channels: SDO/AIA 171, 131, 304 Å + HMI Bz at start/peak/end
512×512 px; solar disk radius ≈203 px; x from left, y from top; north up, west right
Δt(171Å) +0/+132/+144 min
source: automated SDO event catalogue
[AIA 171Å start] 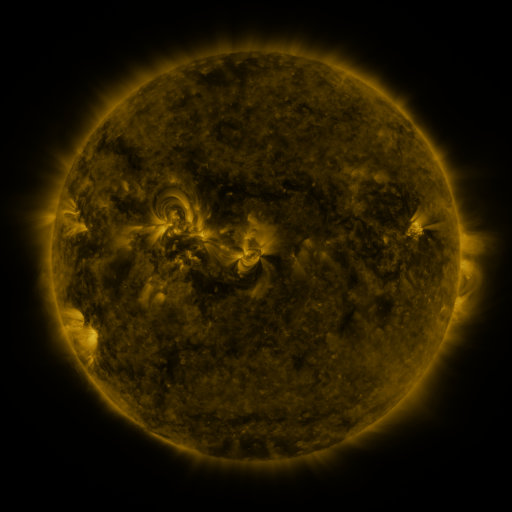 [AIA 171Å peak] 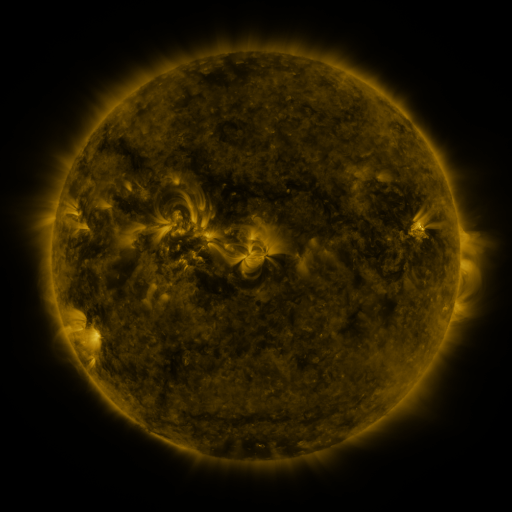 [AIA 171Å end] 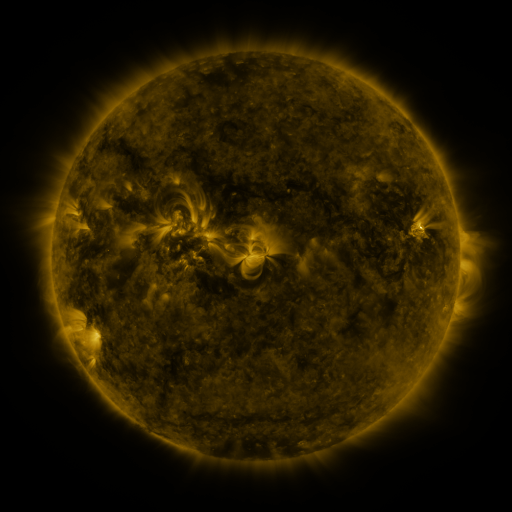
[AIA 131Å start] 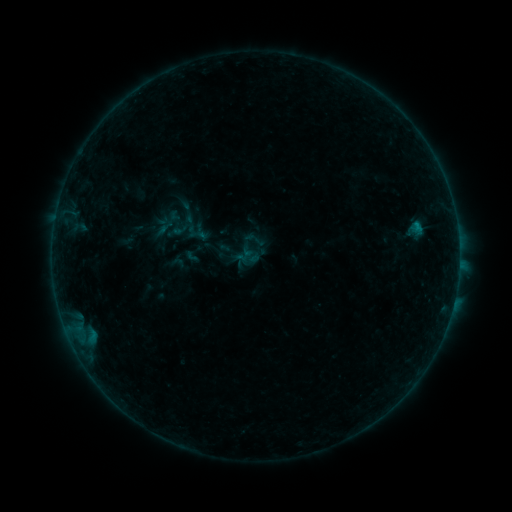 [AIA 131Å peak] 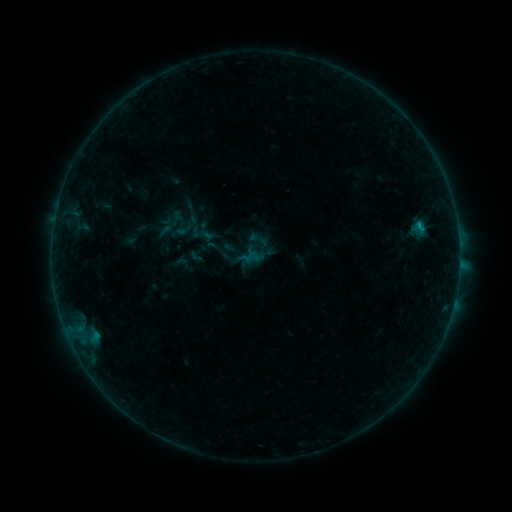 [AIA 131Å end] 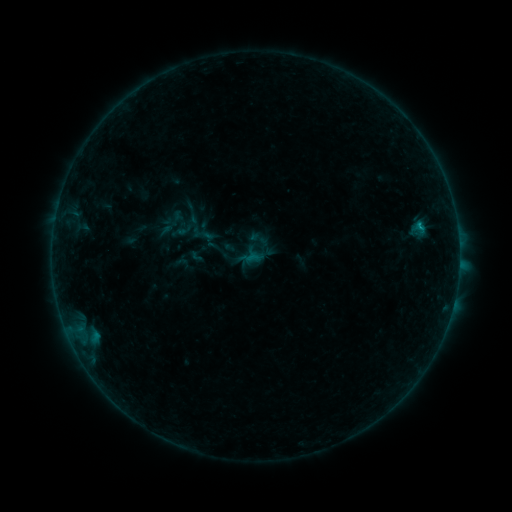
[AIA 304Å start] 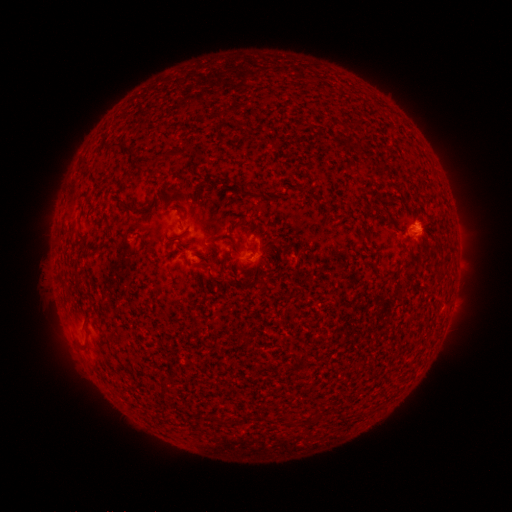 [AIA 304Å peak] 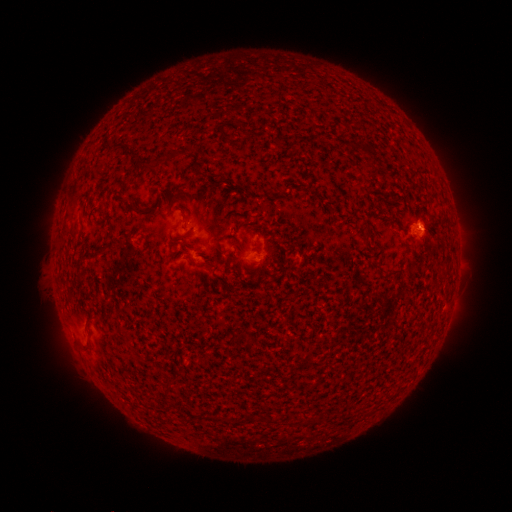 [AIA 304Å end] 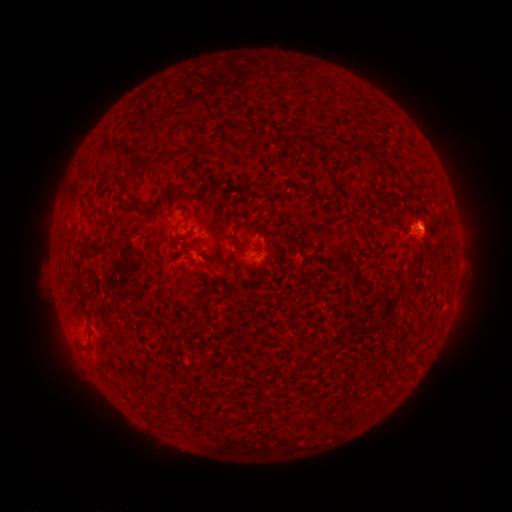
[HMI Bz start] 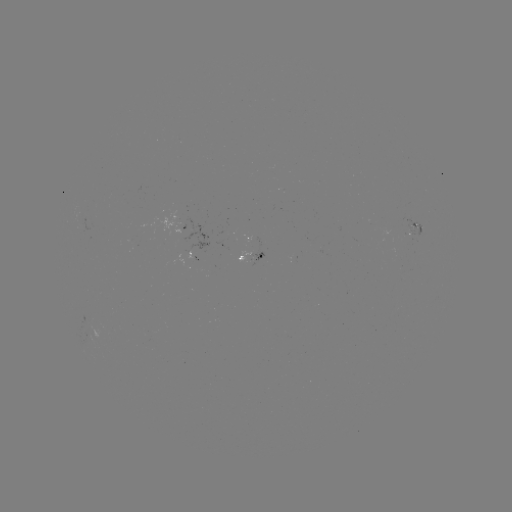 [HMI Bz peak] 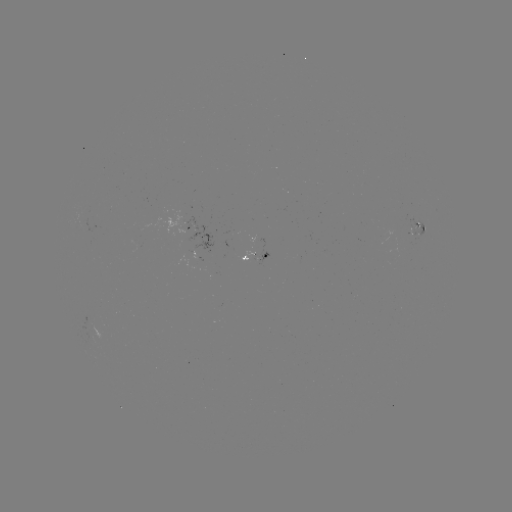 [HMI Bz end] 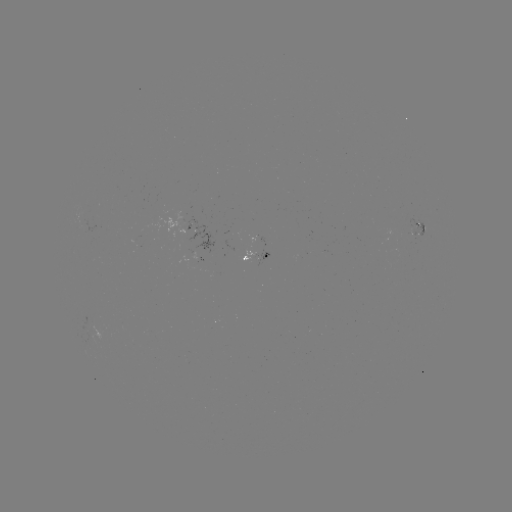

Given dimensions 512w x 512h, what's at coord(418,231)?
emerging-flux region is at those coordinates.